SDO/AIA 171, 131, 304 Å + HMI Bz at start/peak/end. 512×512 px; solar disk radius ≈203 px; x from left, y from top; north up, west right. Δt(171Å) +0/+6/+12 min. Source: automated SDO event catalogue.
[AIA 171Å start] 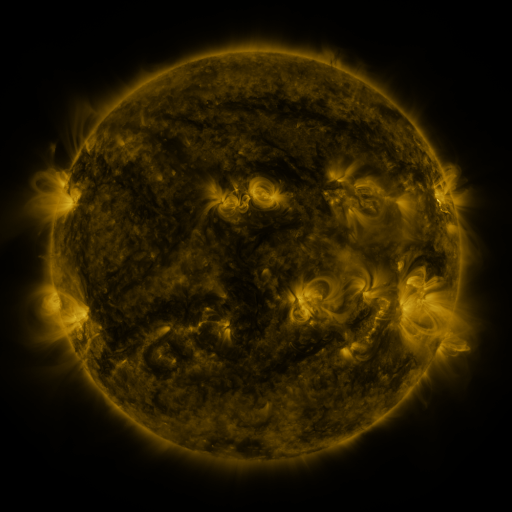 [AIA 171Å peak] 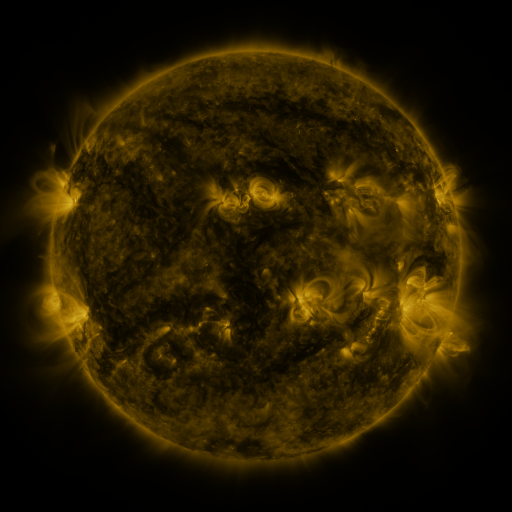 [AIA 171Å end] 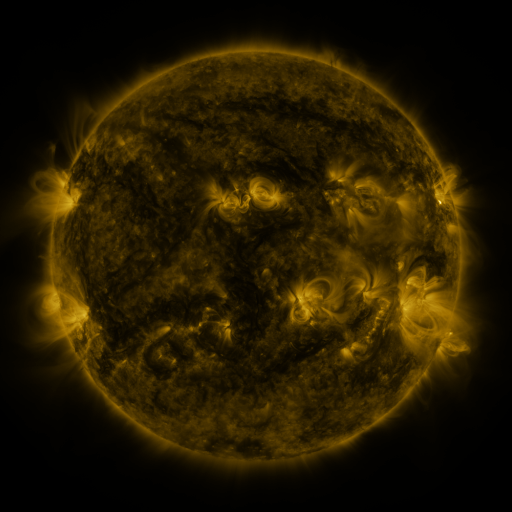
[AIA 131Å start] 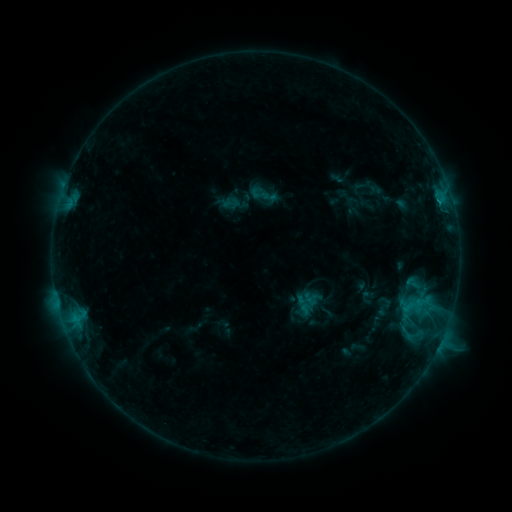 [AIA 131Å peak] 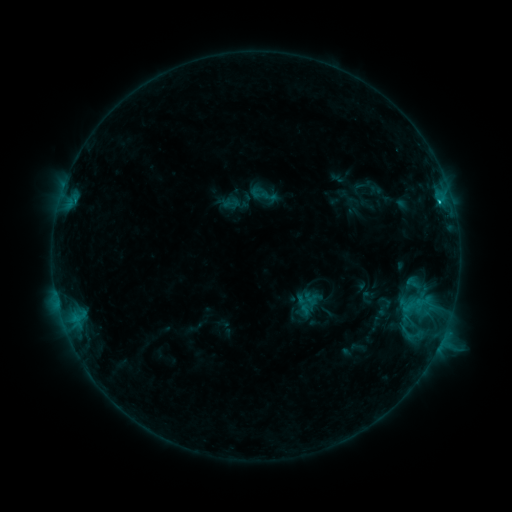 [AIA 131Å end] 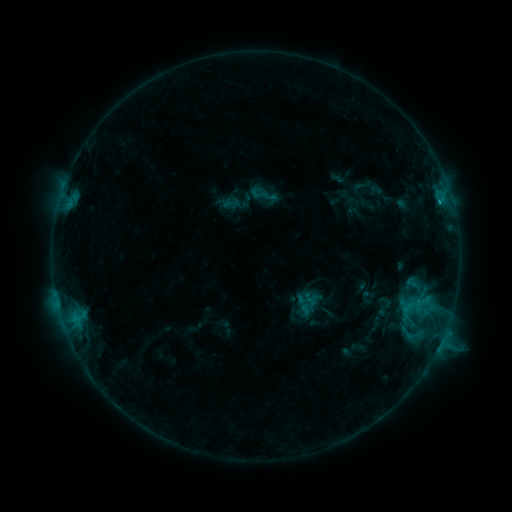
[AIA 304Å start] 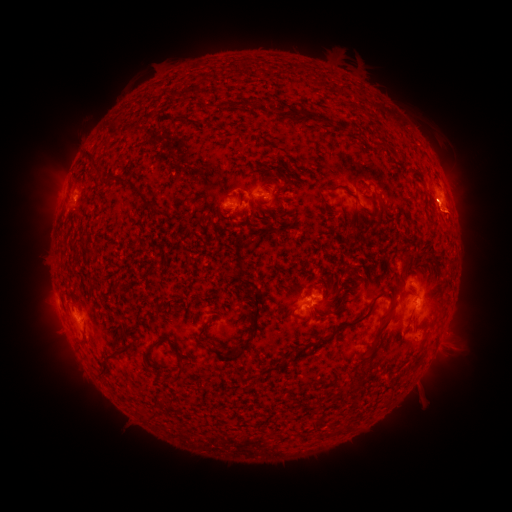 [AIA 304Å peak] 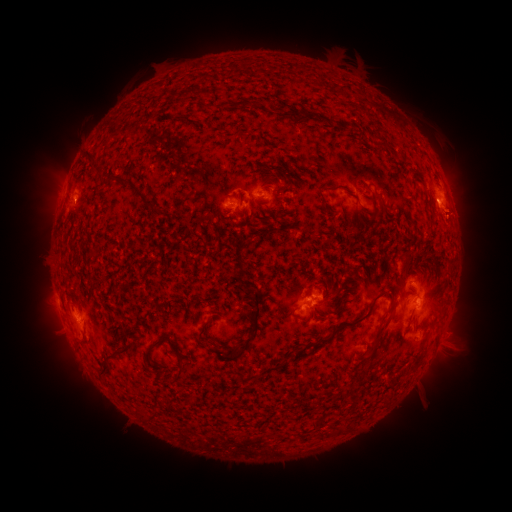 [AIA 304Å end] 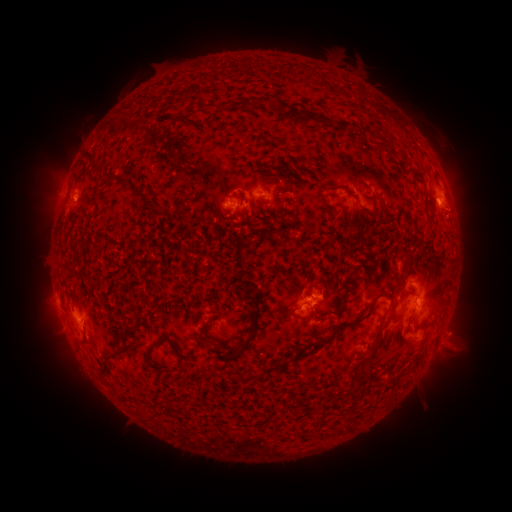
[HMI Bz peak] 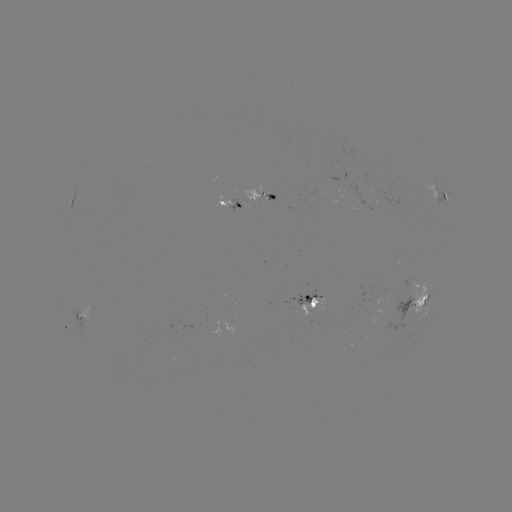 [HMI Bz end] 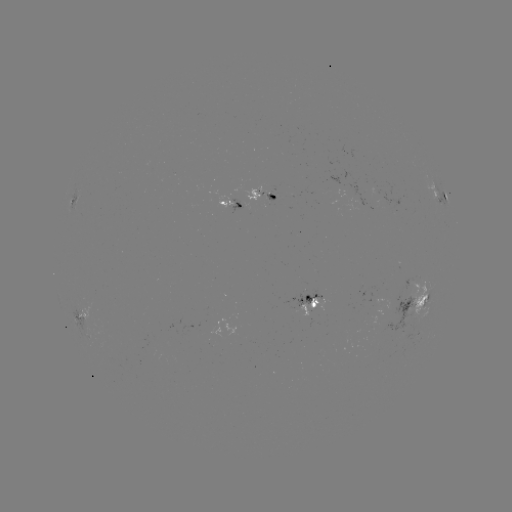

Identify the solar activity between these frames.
B9.1 flare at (438, 204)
